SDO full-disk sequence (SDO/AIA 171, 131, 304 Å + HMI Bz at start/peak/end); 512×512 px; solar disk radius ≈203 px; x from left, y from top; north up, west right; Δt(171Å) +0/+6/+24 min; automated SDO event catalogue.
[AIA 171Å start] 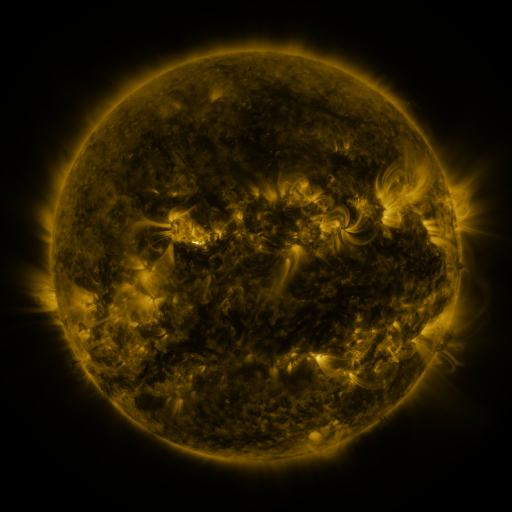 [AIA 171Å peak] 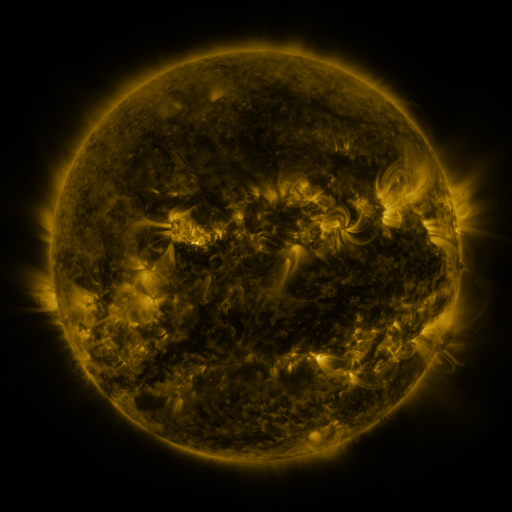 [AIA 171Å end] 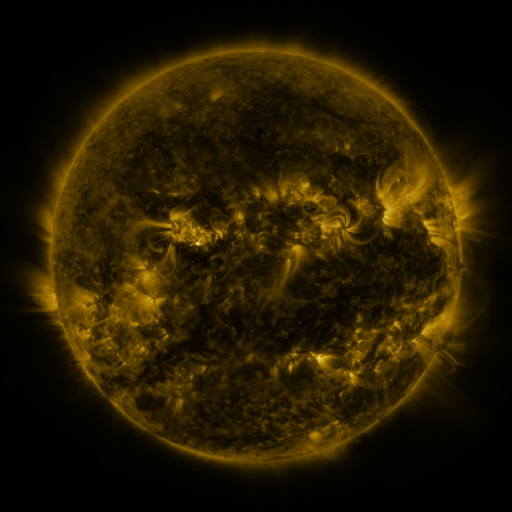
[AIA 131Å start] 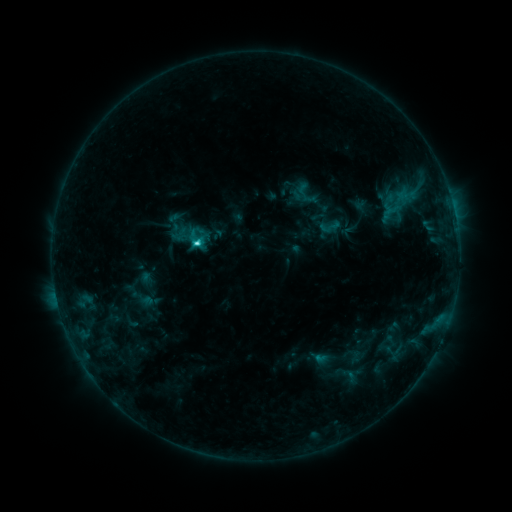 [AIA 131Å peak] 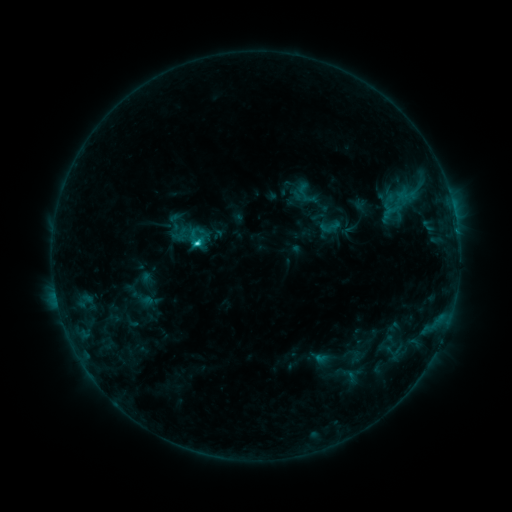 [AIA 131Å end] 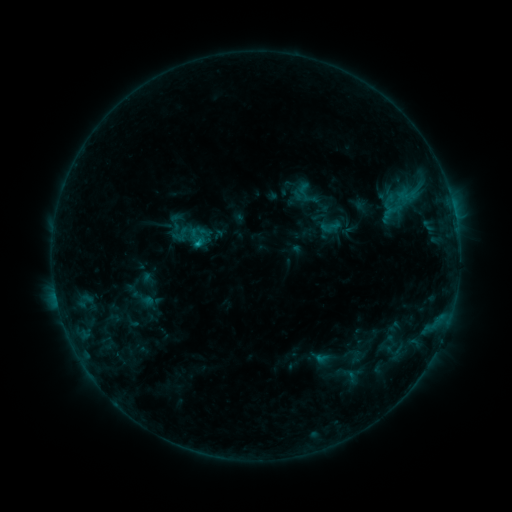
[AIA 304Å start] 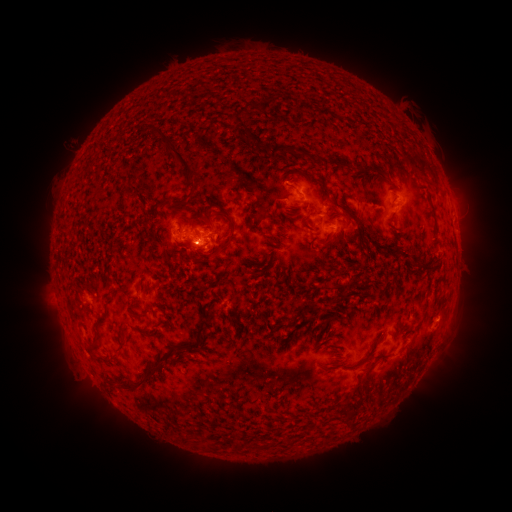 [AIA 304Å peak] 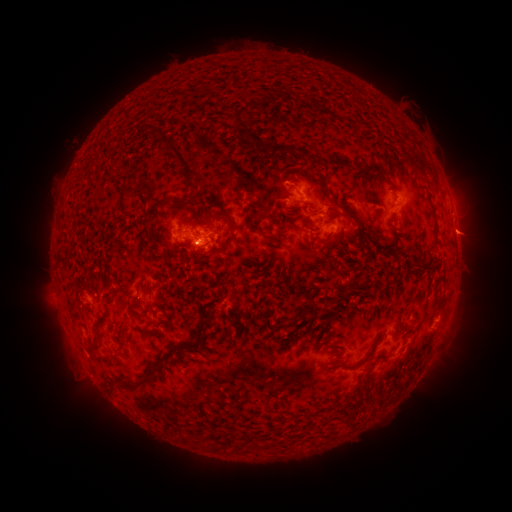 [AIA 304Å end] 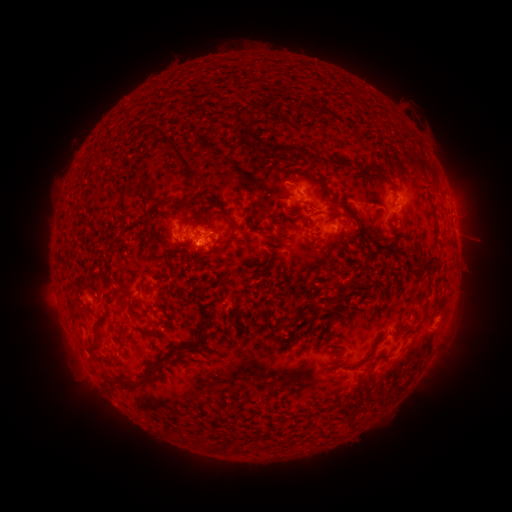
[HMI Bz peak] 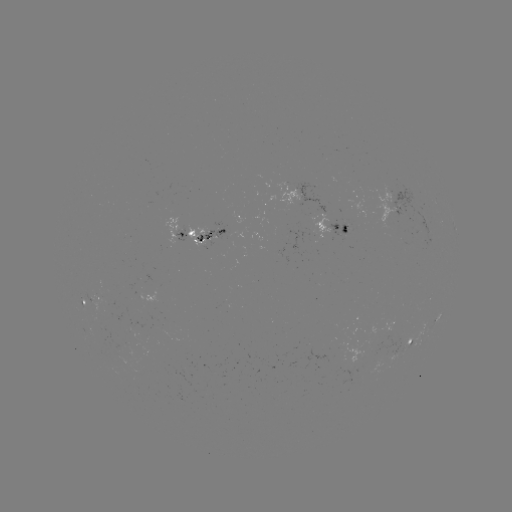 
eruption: <bbox>439, 212, 495, 260</bbox>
